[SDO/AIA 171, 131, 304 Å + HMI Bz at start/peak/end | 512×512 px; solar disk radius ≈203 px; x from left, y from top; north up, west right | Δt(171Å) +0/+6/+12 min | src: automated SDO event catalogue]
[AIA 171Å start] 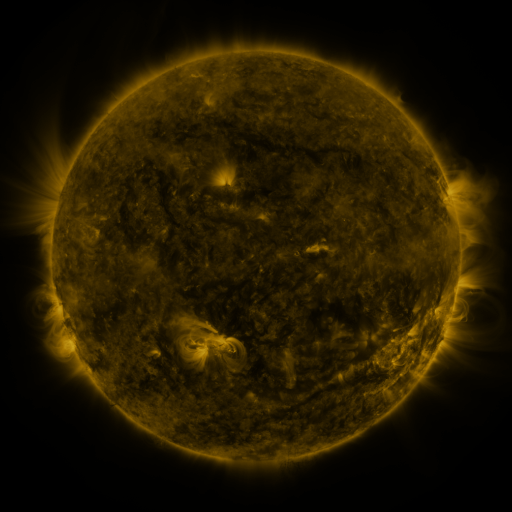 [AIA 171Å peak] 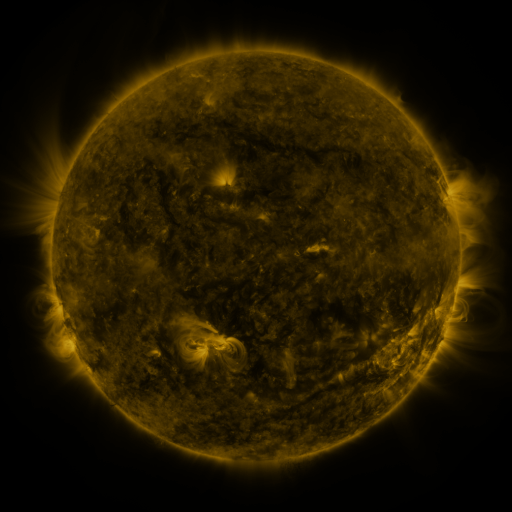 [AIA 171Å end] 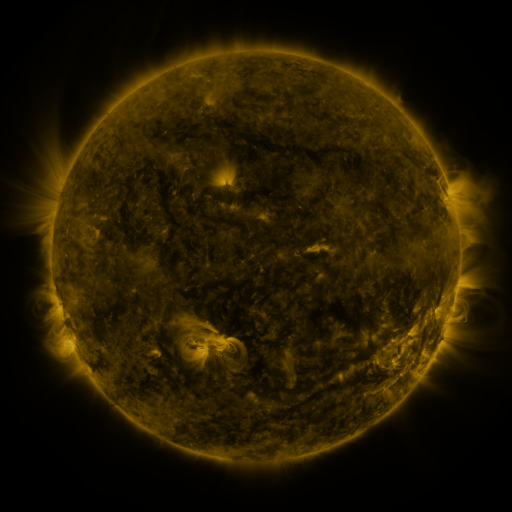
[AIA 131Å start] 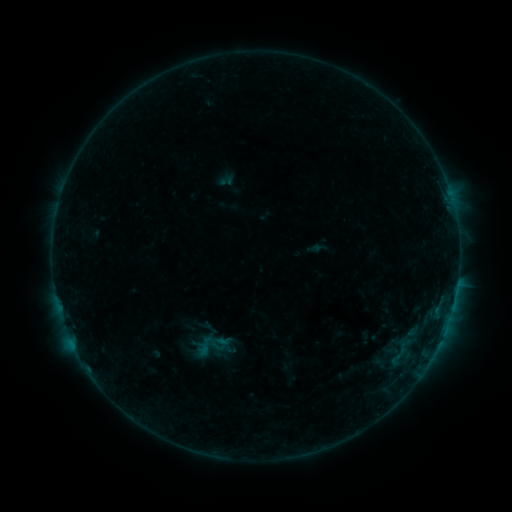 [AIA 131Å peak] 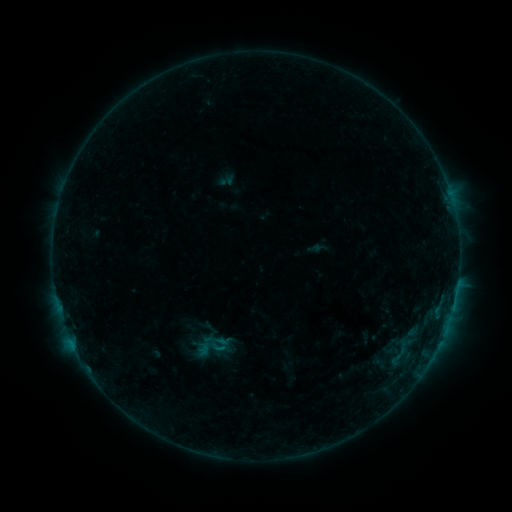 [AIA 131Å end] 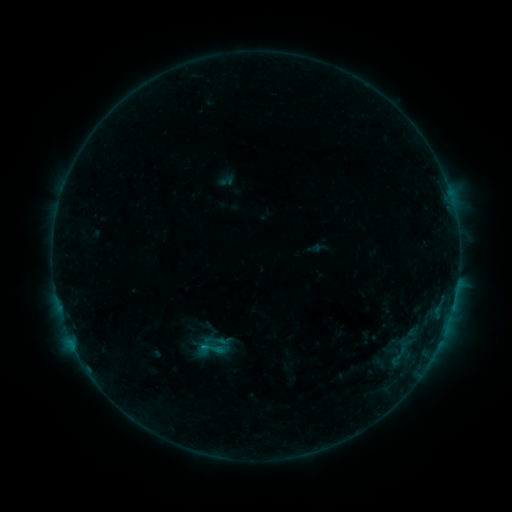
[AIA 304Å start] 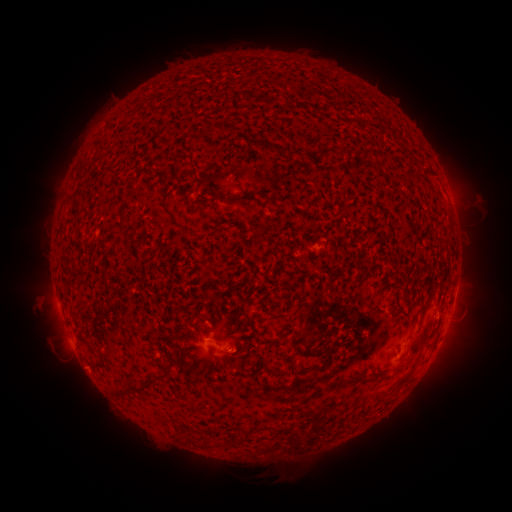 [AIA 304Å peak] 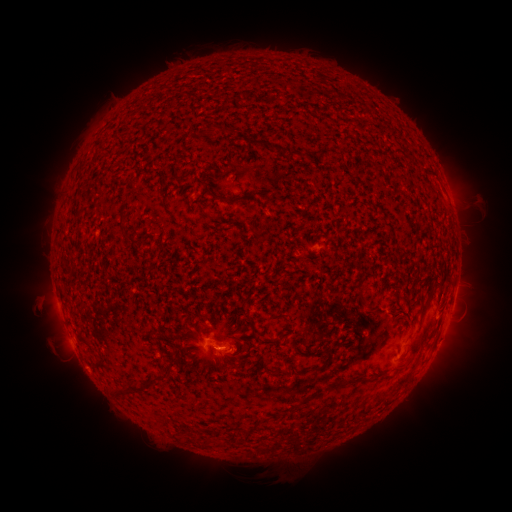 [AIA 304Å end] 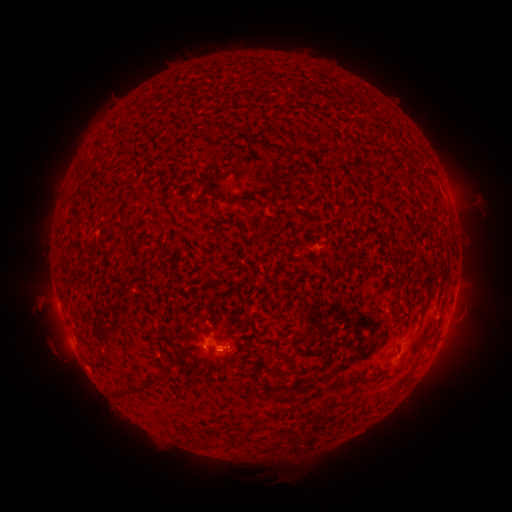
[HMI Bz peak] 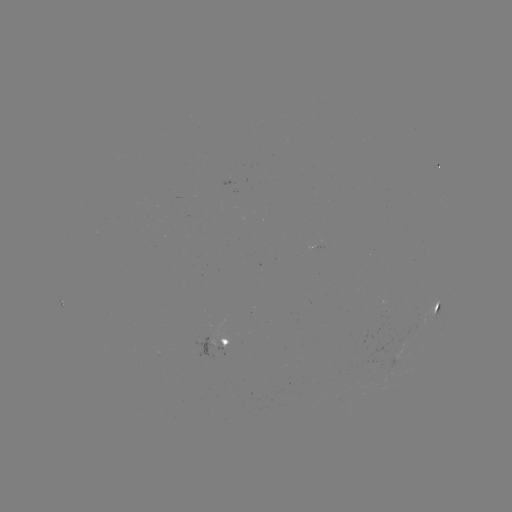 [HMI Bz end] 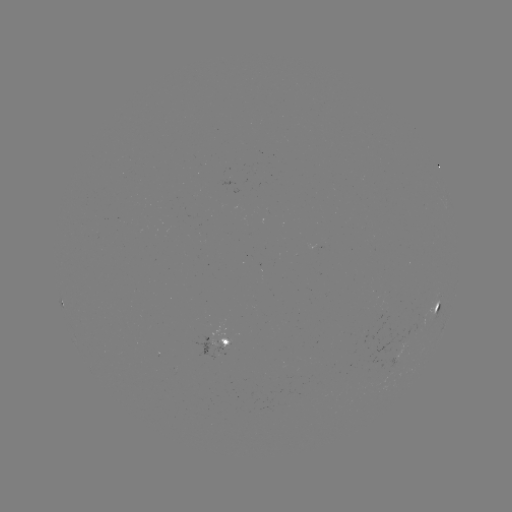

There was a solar flare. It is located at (72, 342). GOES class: B4.3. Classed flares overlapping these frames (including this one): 2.